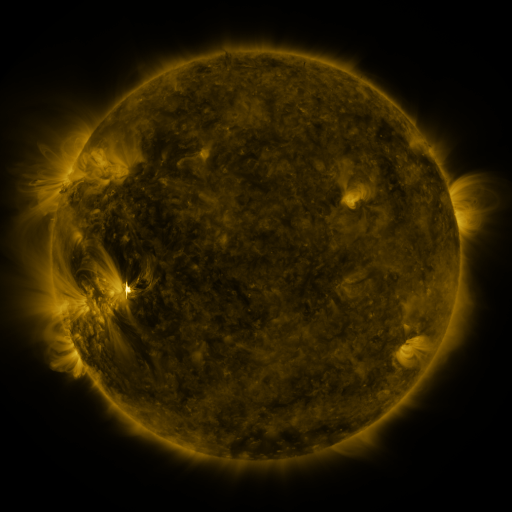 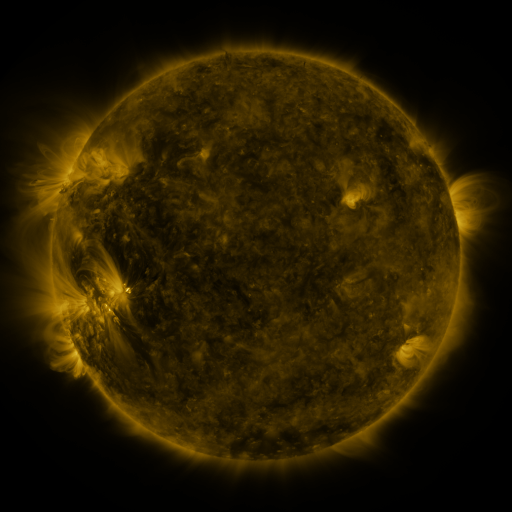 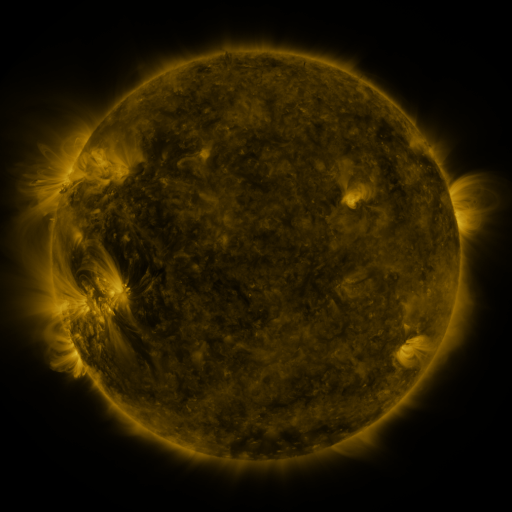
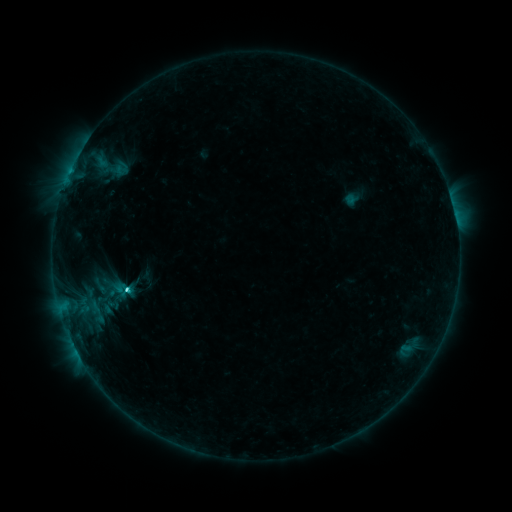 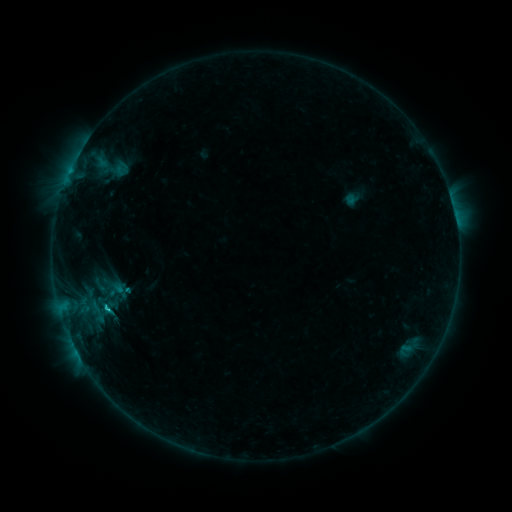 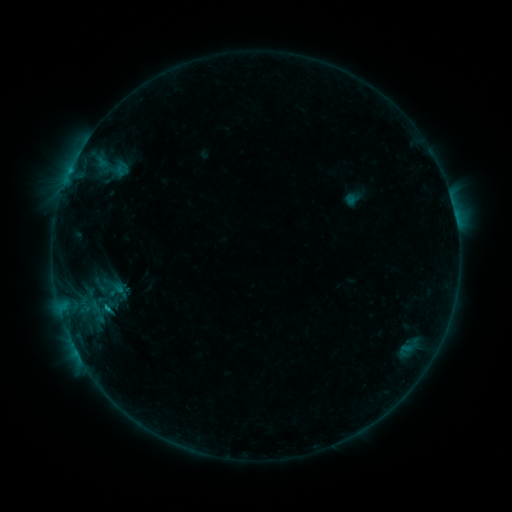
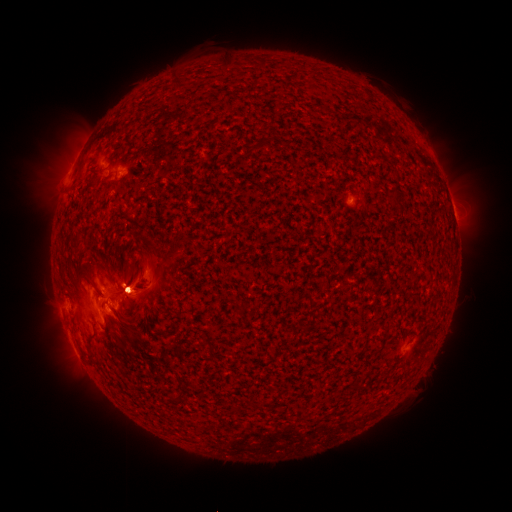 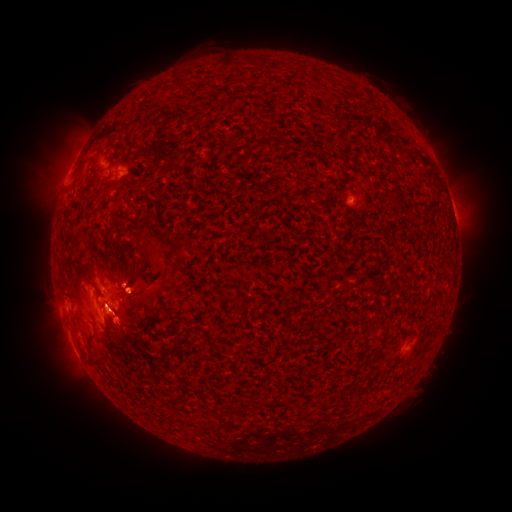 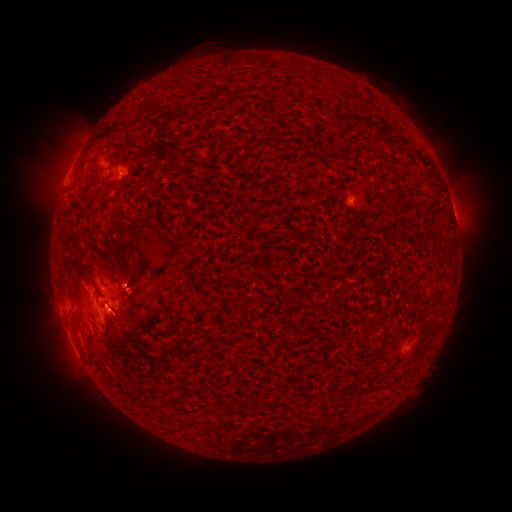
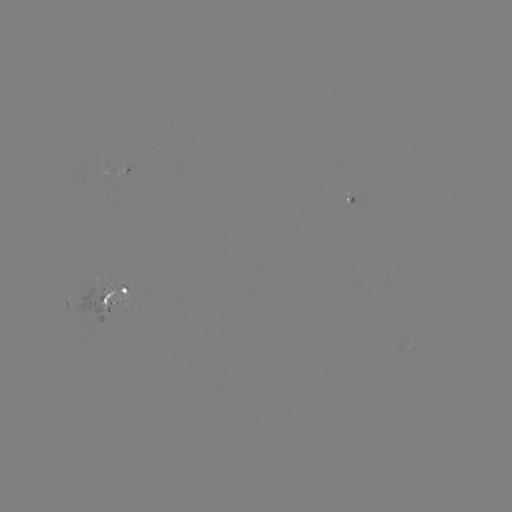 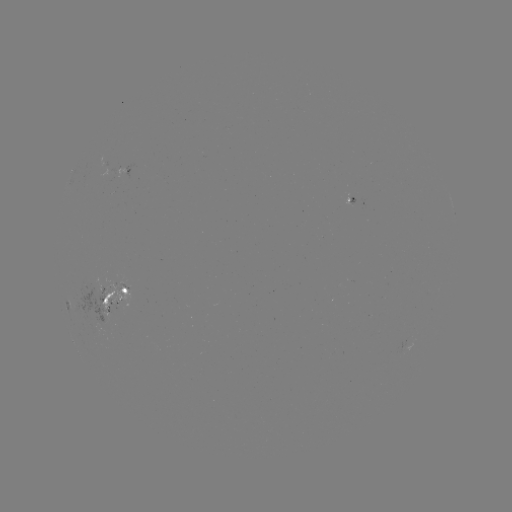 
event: flare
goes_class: B9.6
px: (108, 306)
